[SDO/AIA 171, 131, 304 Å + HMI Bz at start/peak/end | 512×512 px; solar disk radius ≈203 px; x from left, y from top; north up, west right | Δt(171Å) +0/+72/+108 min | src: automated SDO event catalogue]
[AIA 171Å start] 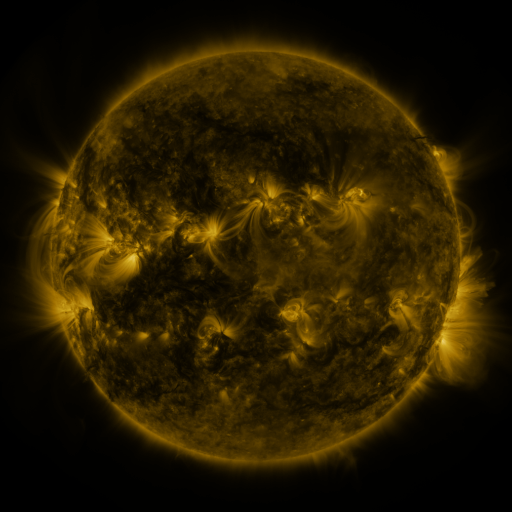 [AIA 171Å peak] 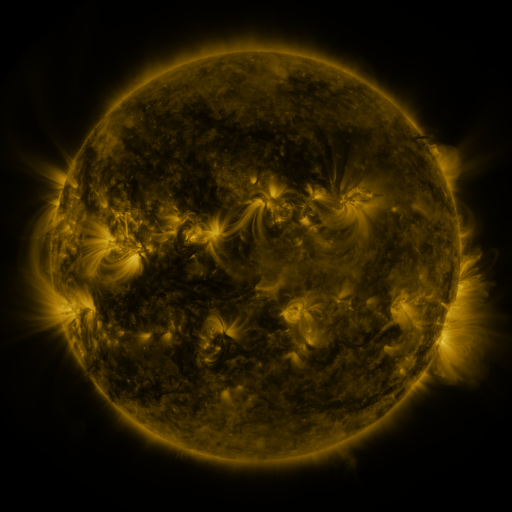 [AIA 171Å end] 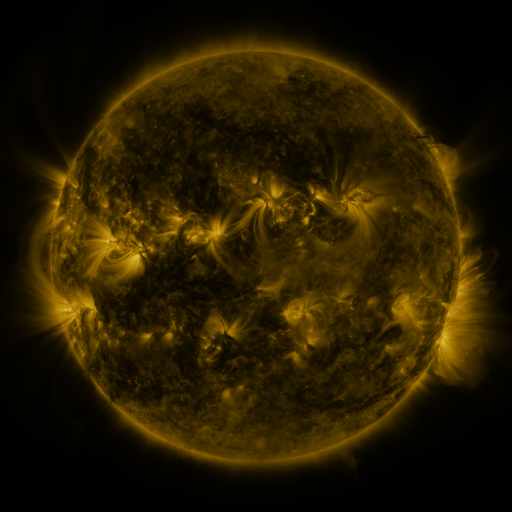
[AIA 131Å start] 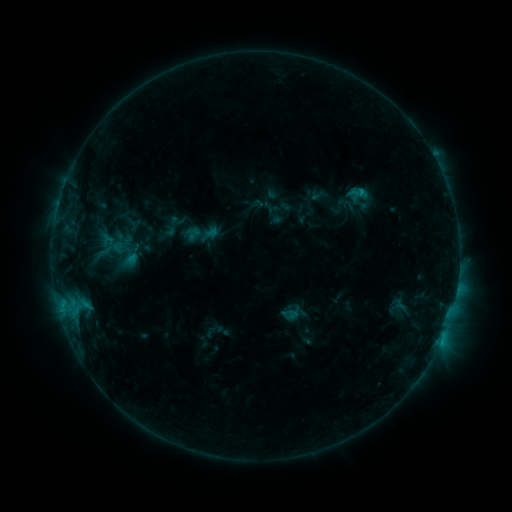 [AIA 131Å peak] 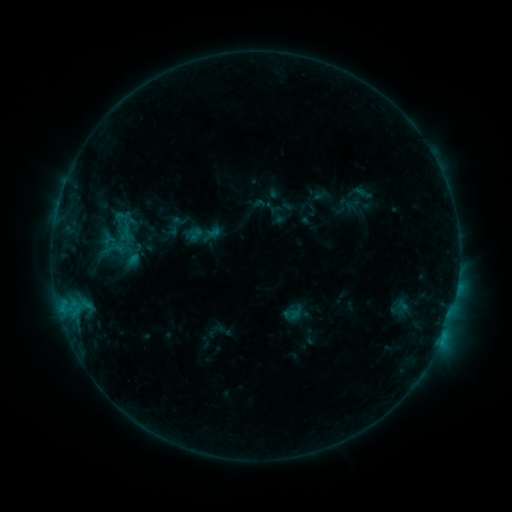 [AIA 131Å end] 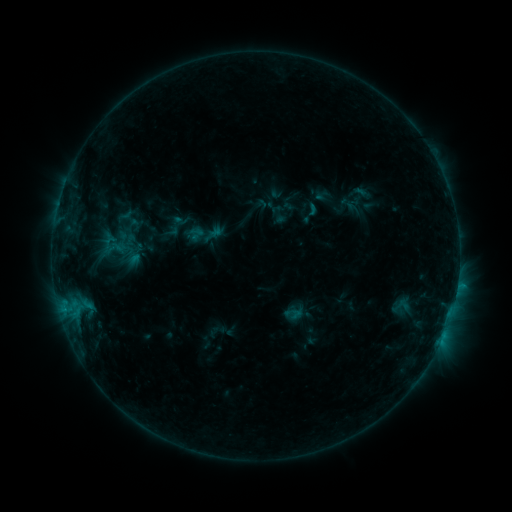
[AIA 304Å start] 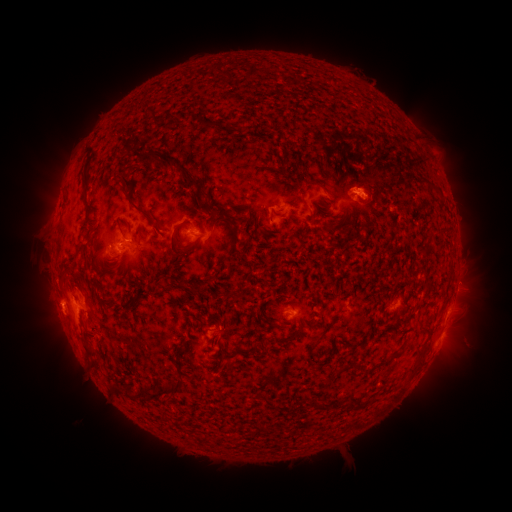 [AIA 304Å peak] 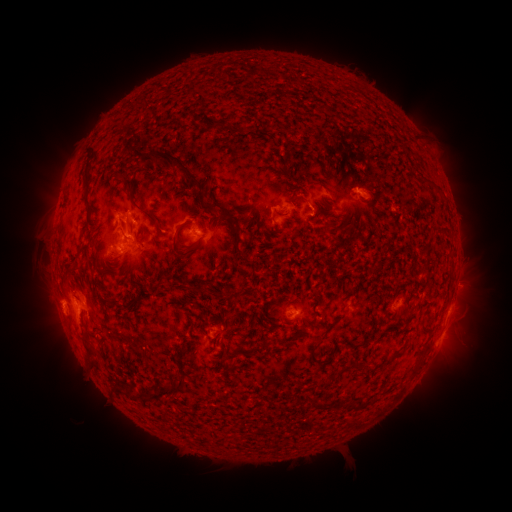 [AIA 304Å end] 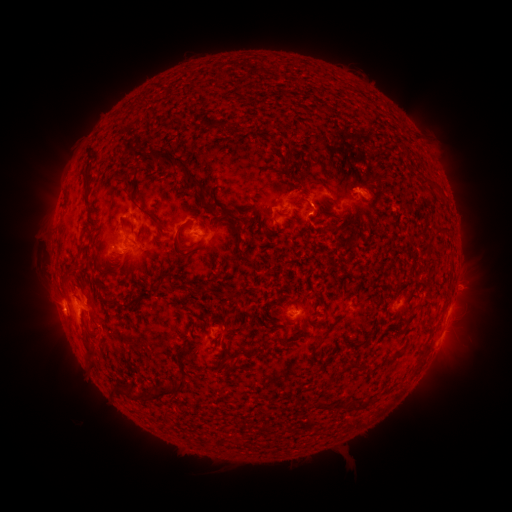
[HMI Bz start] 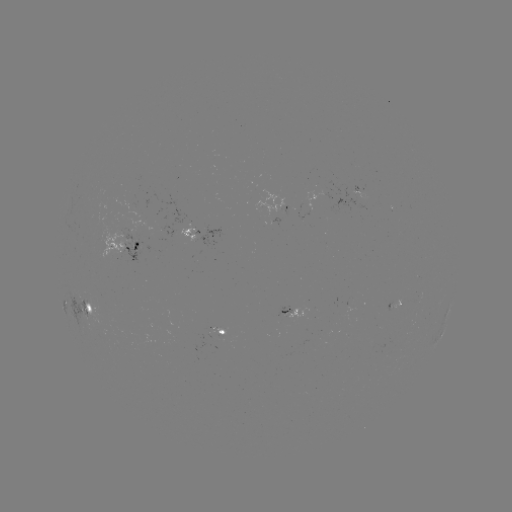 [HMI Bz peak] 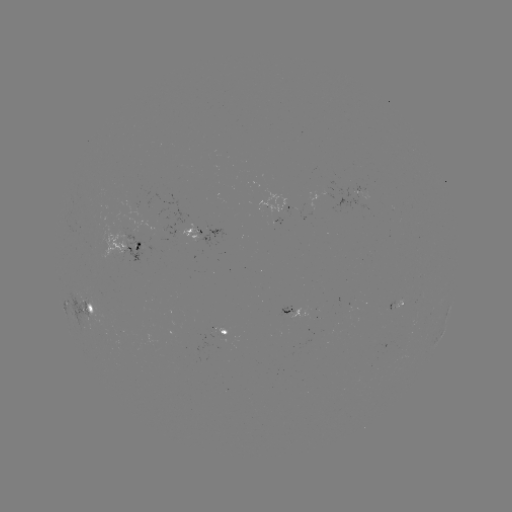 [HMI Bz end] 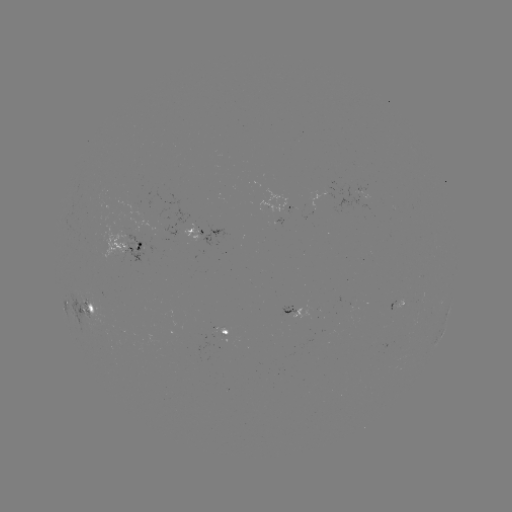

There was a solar emerging-flux region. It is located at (190, 226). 